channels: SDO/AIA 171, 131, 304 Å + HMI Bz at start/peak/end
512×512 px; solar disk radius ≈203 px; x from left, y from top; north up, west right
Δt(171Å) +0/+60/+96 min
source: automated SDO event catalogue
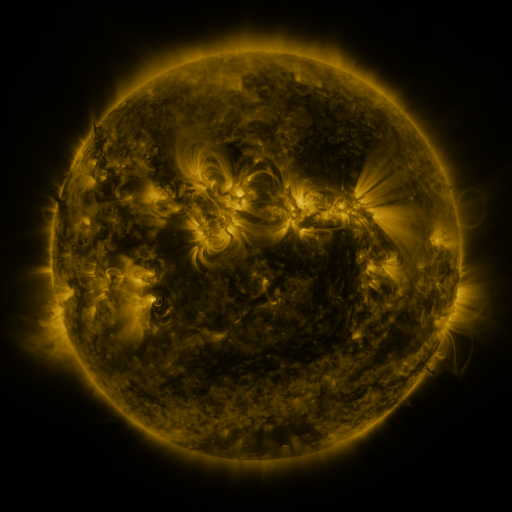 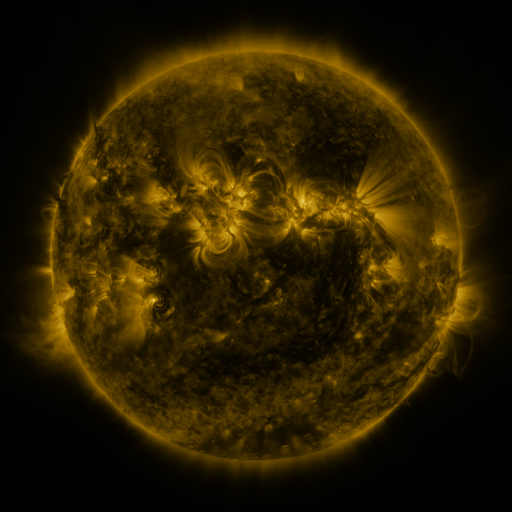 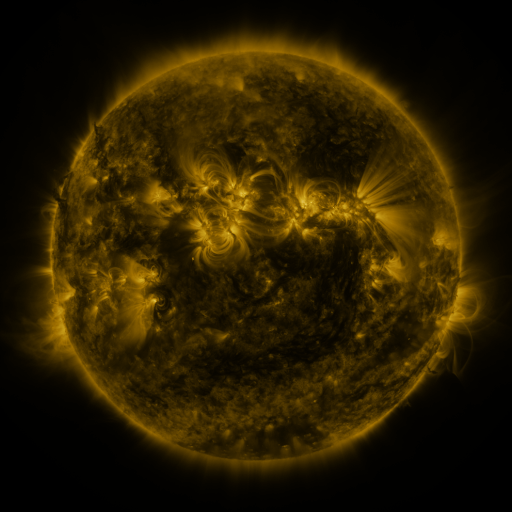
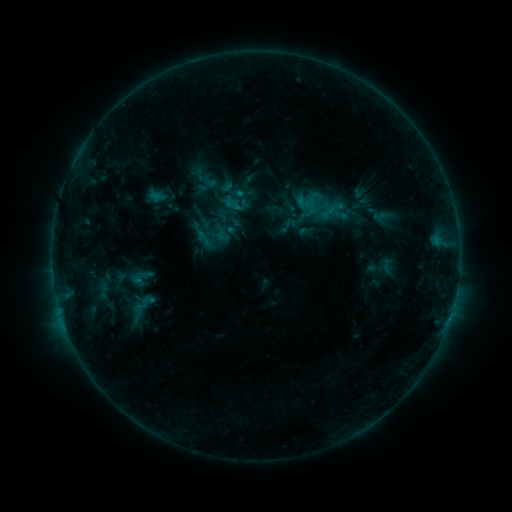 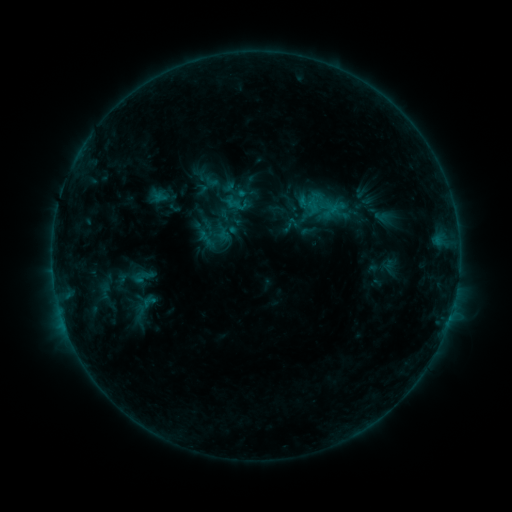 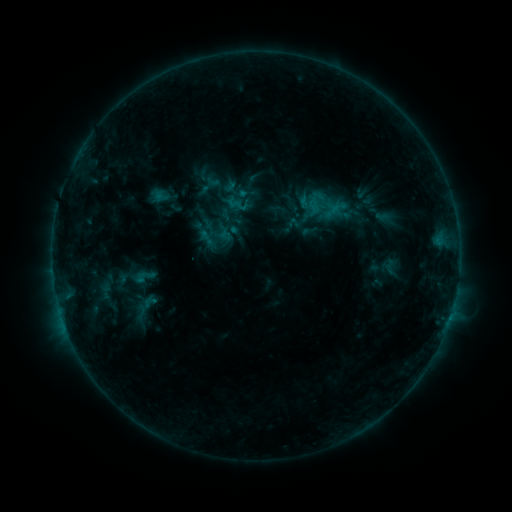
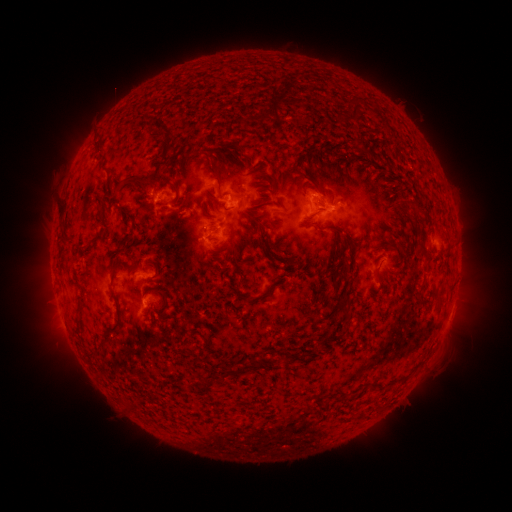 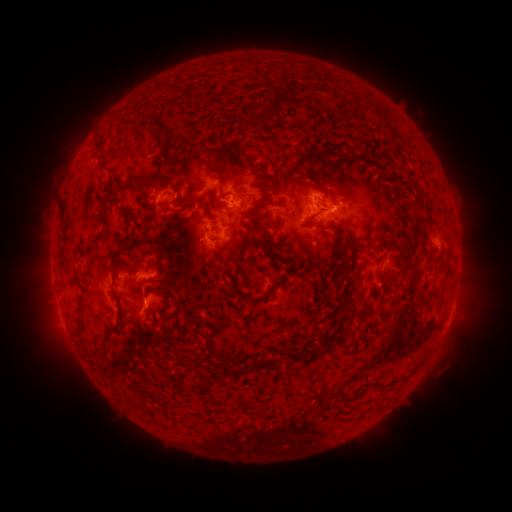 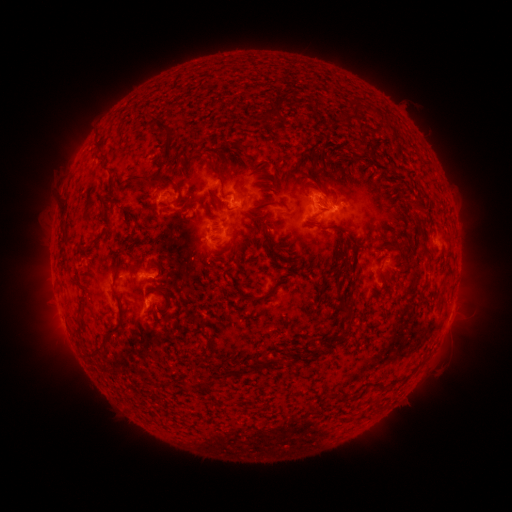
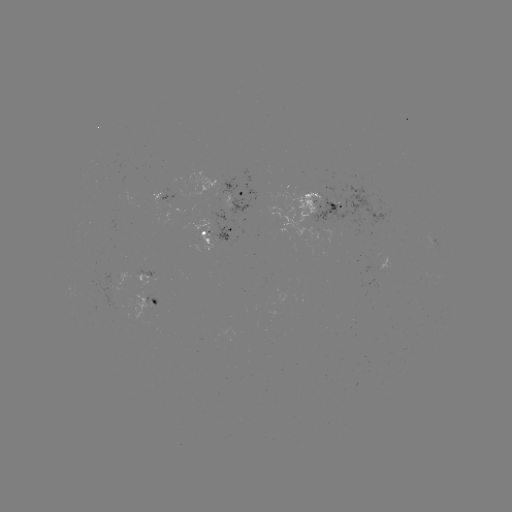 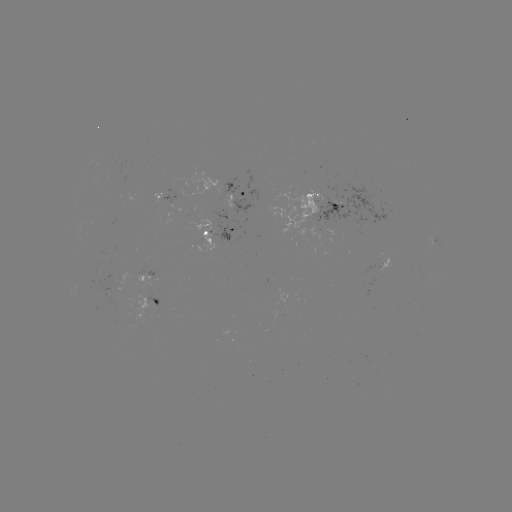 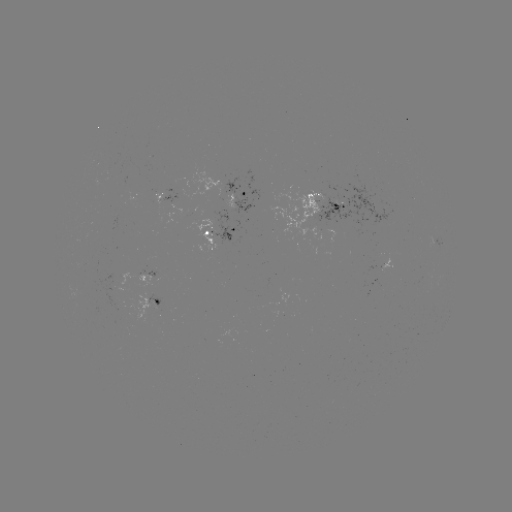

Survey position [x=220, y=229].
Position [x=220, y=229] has emerging-flux region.